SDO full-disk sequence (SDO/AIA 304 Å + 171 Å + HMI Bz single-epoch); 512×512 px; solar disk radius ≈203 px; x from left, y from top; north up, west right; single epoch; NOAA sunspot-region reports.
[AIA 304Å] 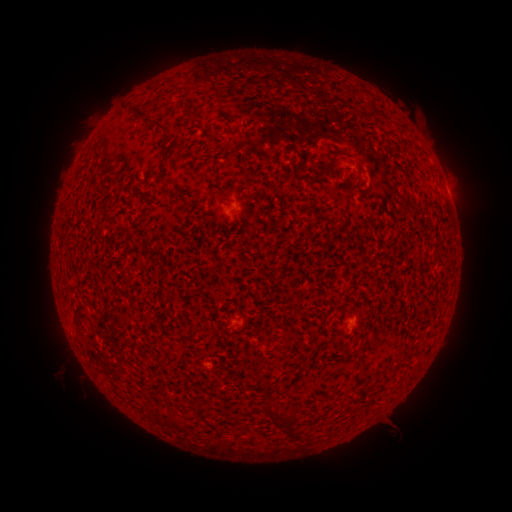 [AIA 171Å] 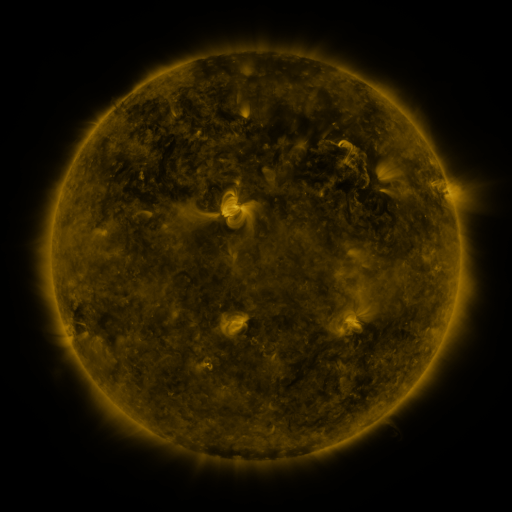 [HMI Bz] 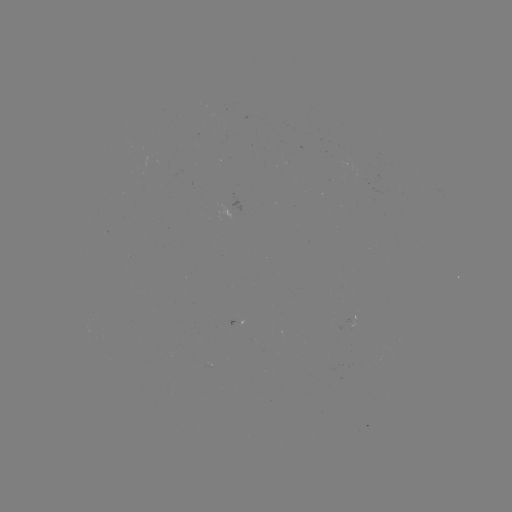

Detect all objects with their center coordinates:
spotted active region: (224, 211)
spotted active region: (232, 320)
spotted active region: (358, 320)
